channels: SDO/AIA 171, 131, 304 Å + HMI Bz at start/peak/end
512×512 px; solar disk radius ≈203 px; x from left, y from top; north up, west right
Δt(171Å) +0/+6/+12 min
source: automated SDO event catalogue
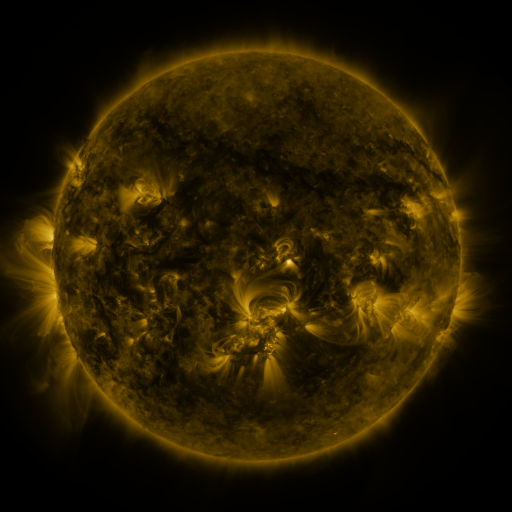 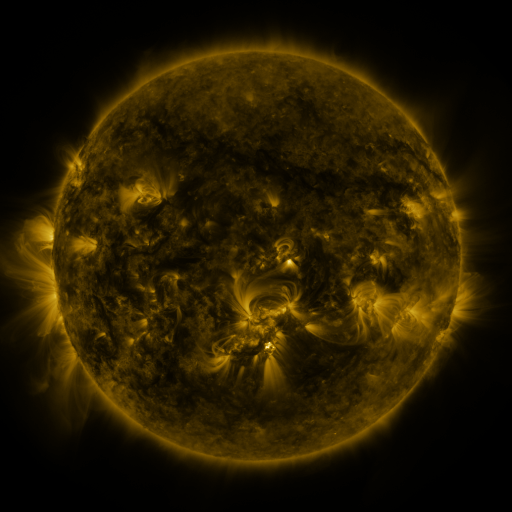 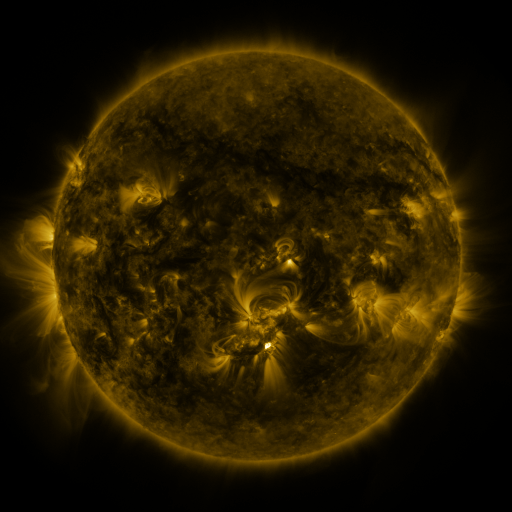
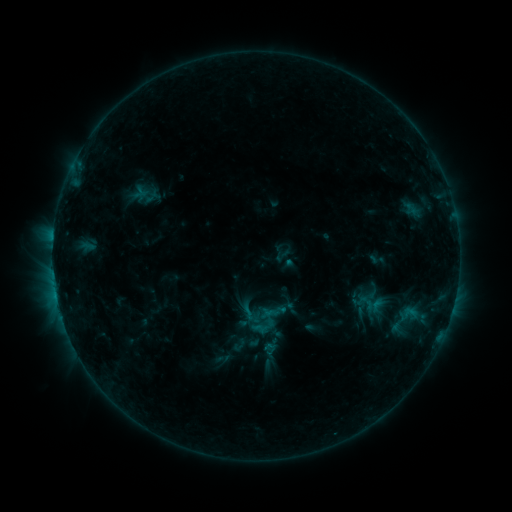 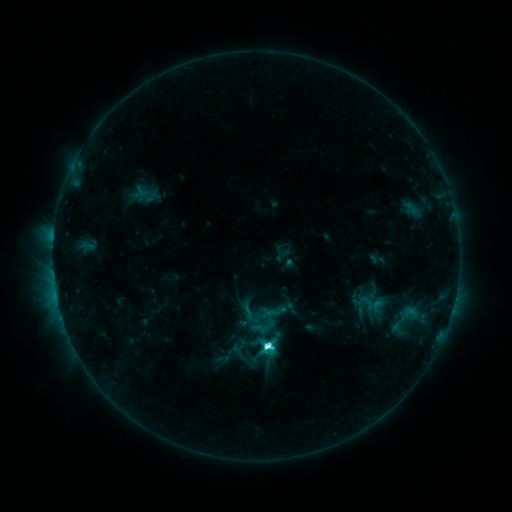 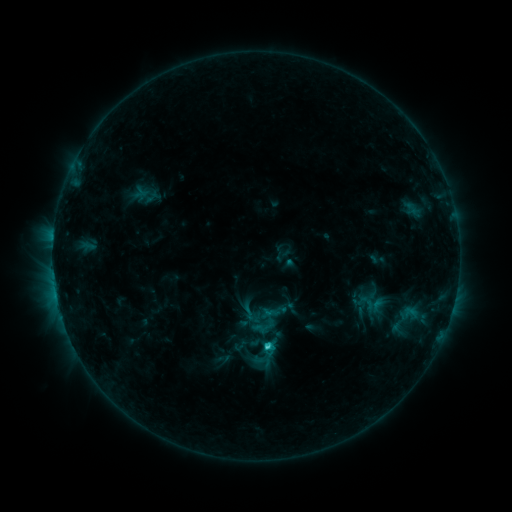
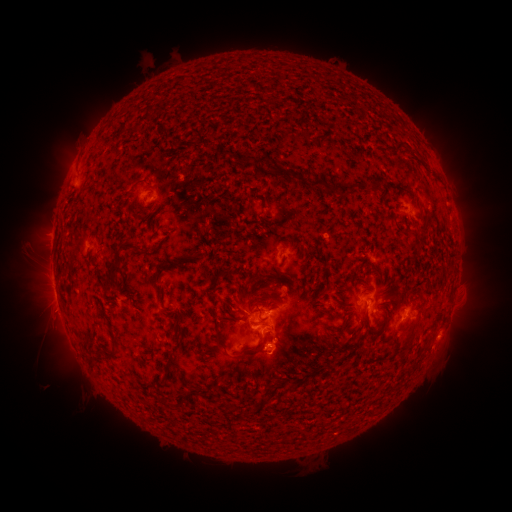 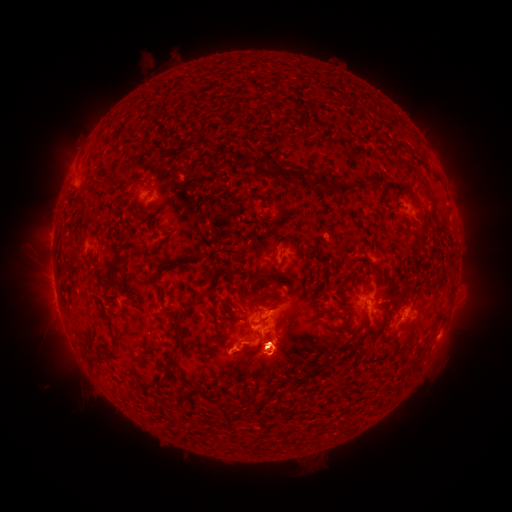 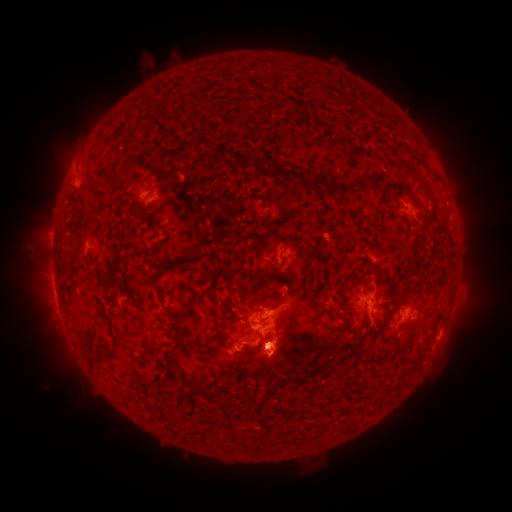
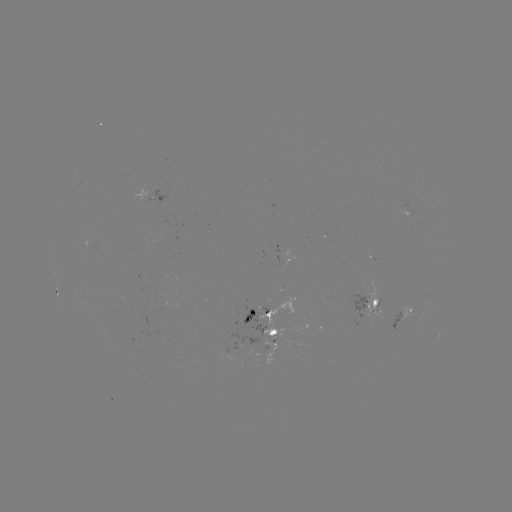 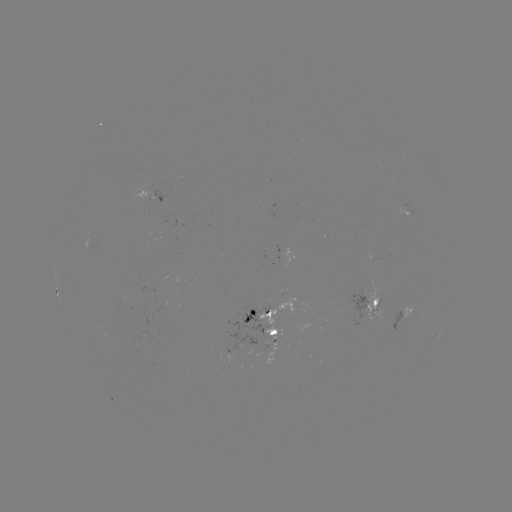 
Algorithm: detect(C8.2 flare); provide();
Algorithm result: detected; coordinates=265,343